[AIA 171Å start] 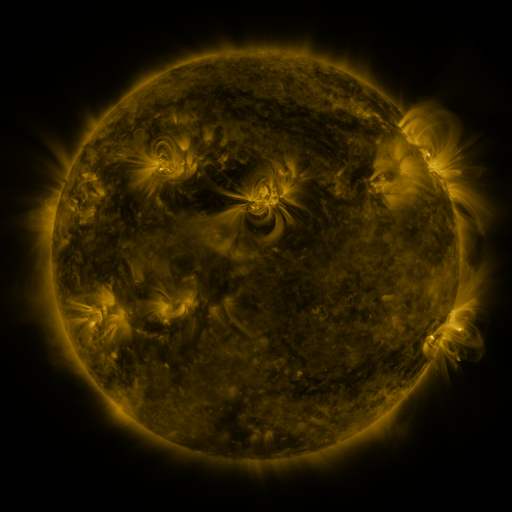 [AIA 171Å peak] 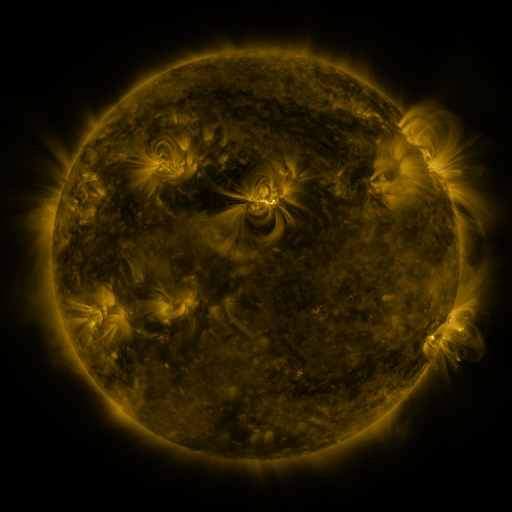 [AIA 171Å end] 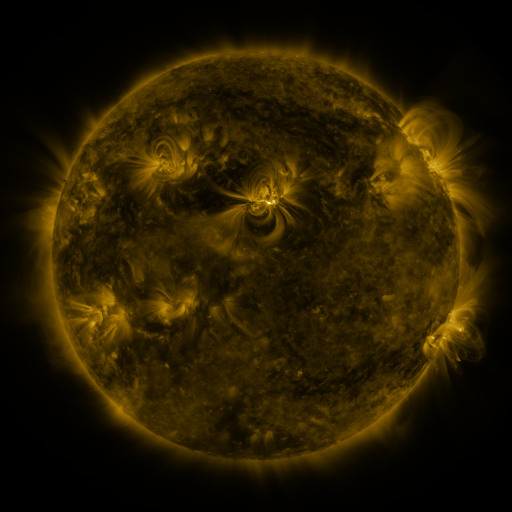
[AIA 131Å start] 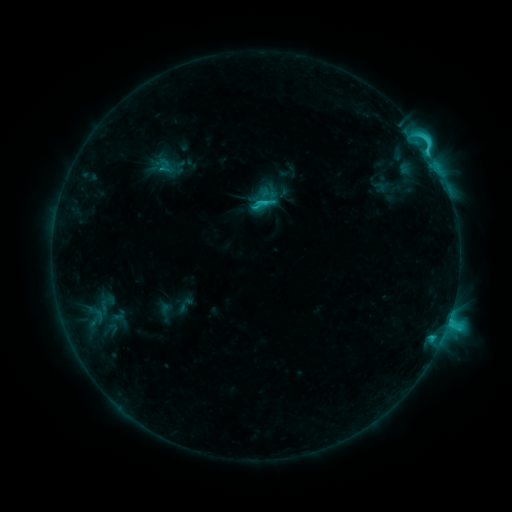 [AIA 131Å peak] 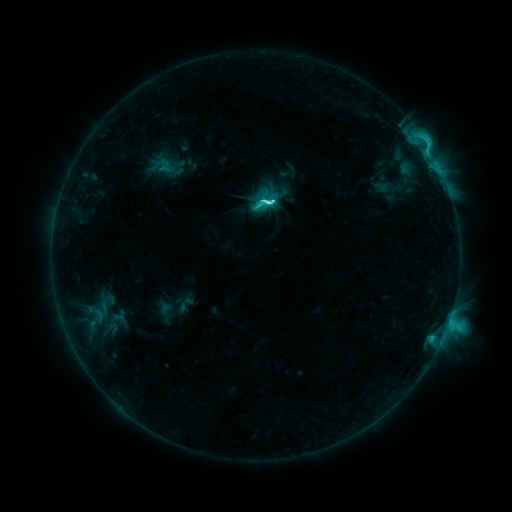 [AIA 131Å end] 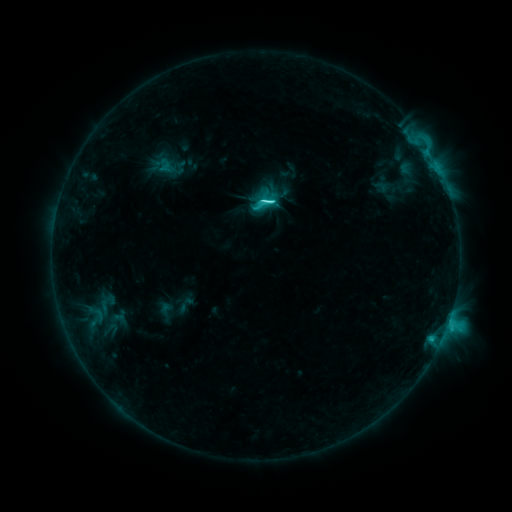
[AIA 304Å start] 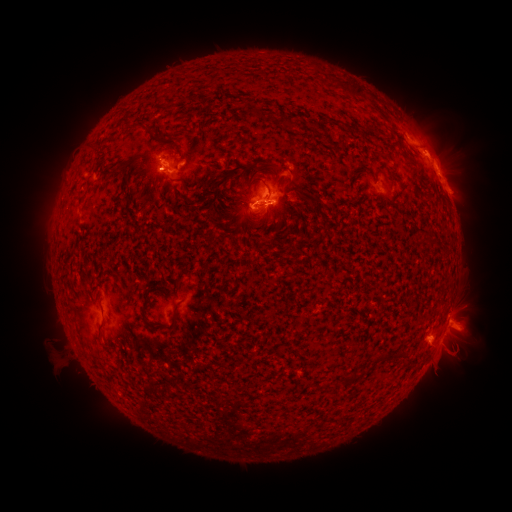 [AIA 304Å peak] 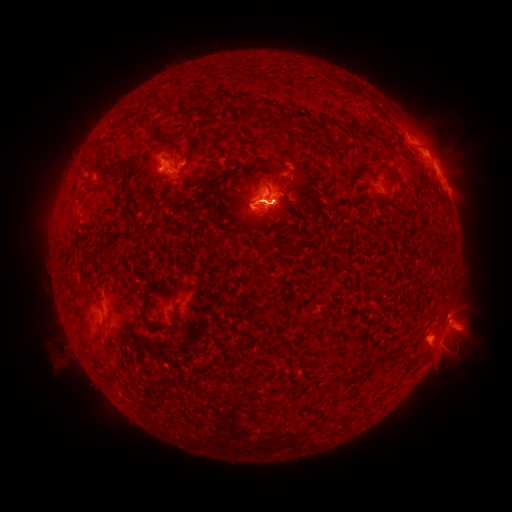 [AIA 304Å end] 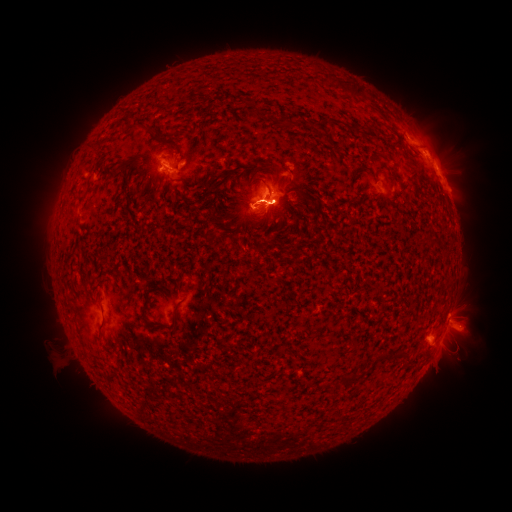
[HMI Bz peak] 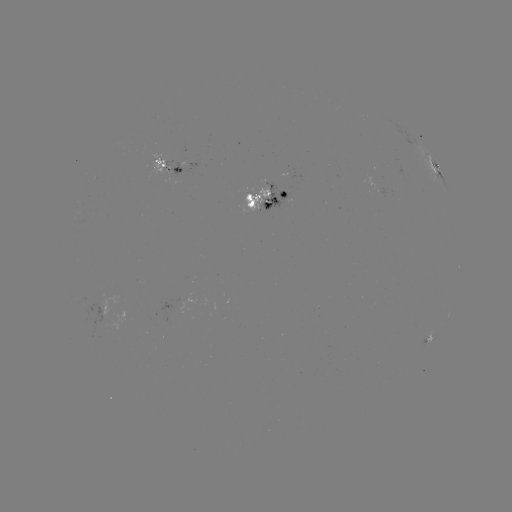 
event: eruption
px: (82, 156)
